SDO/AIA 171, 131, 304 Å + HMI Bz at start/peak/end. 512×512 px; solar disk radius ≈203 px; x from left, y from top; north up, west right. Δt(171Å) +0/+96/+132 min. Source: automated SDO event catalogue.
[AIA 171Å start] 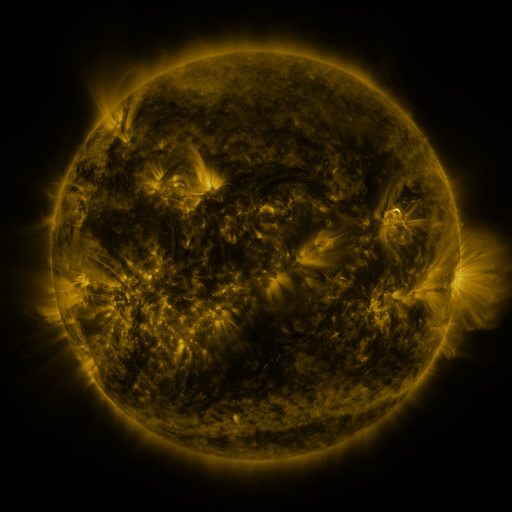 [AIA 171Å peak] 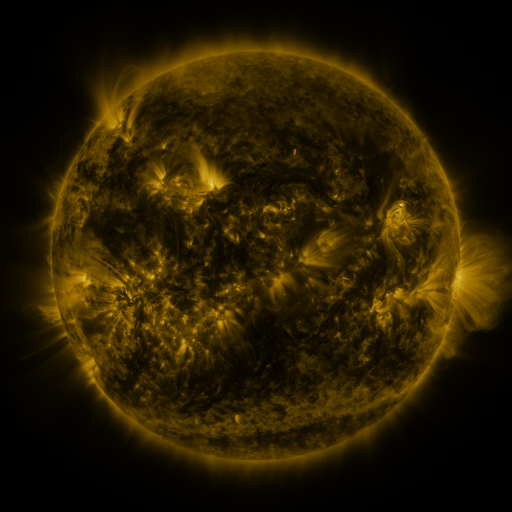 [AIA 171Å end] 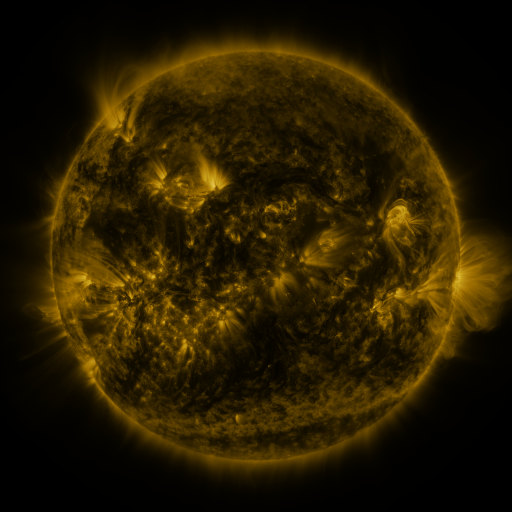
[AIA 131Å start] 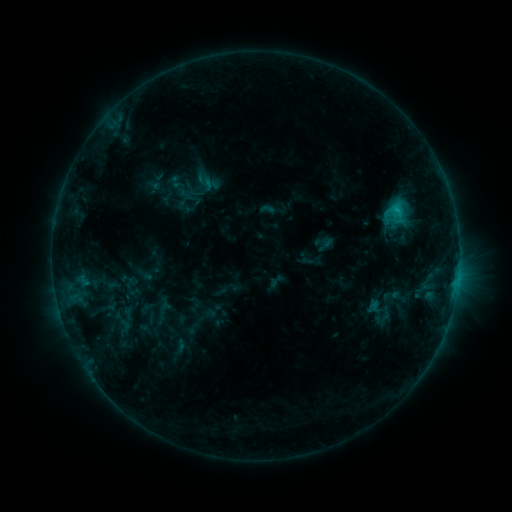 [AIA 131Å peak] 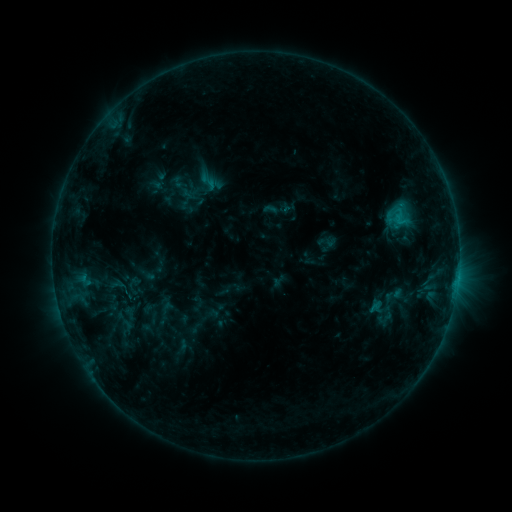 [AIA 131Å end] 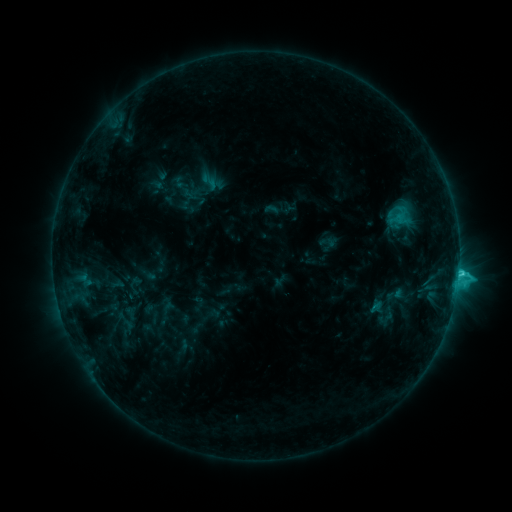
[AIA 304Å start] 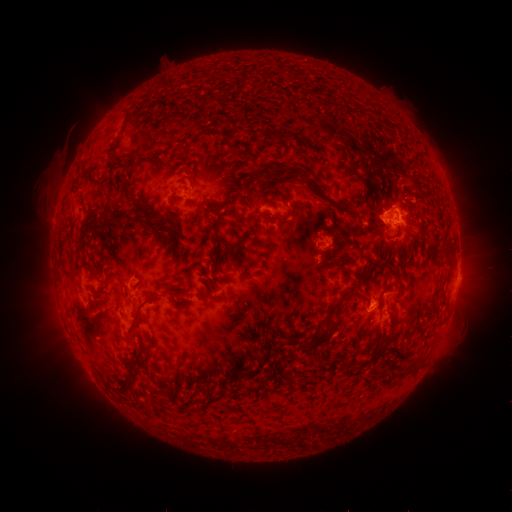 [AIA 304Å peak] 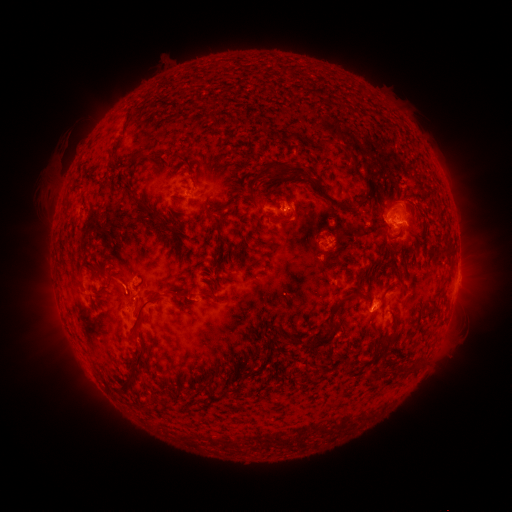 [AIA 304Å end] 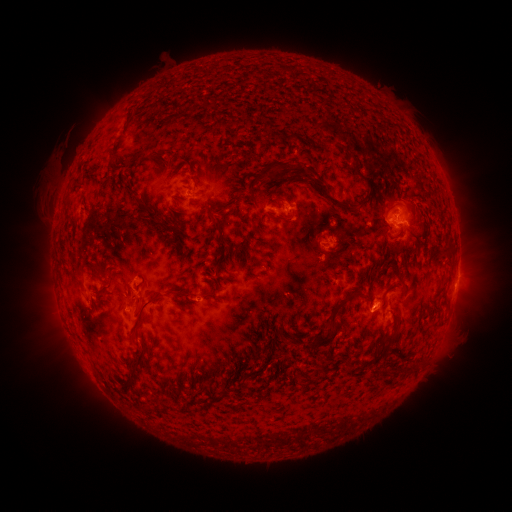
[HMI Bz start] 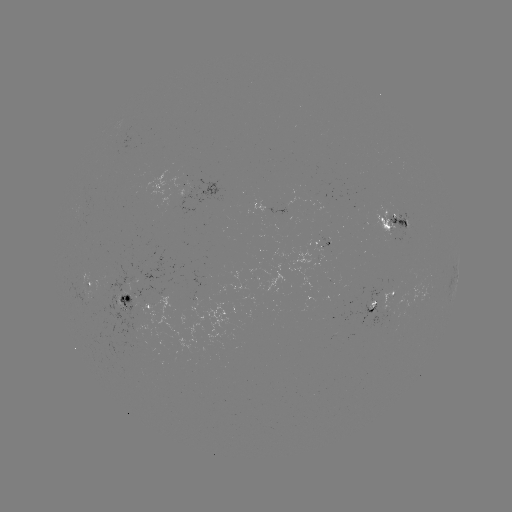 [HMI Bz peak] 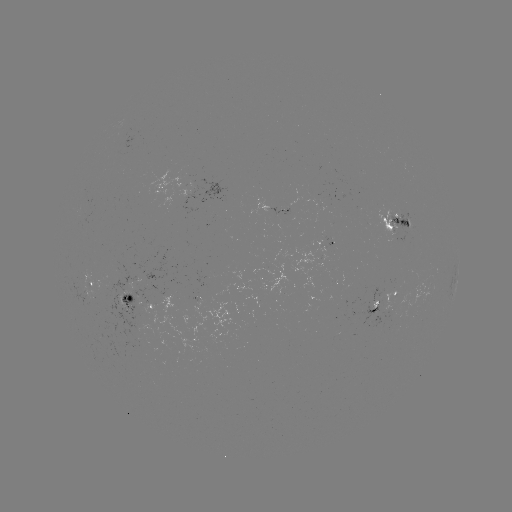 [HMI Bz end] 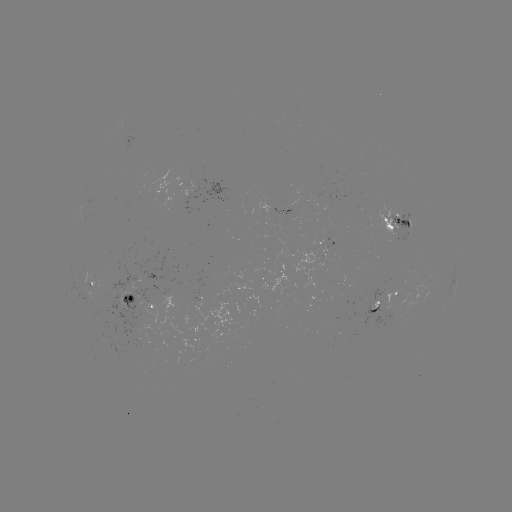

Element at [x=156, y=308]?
emerging-flux region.